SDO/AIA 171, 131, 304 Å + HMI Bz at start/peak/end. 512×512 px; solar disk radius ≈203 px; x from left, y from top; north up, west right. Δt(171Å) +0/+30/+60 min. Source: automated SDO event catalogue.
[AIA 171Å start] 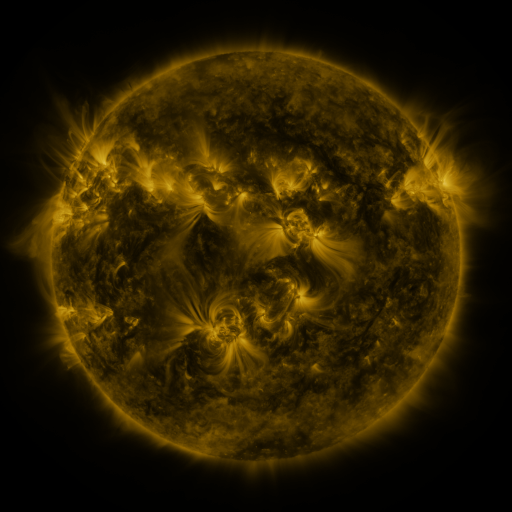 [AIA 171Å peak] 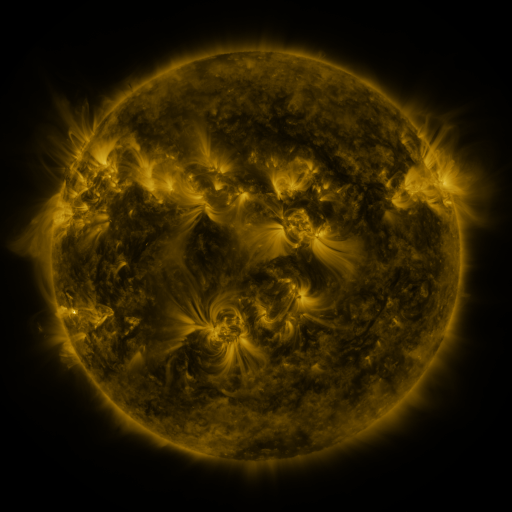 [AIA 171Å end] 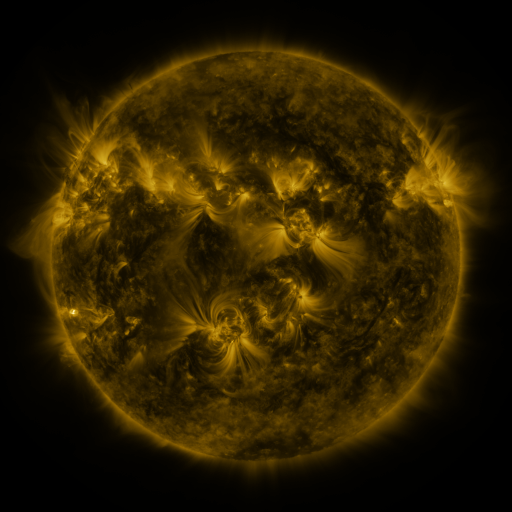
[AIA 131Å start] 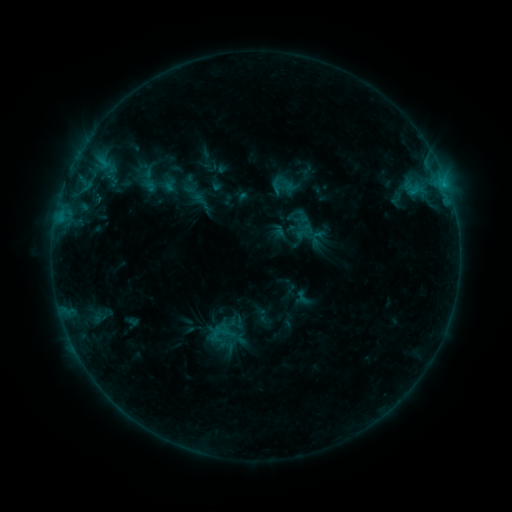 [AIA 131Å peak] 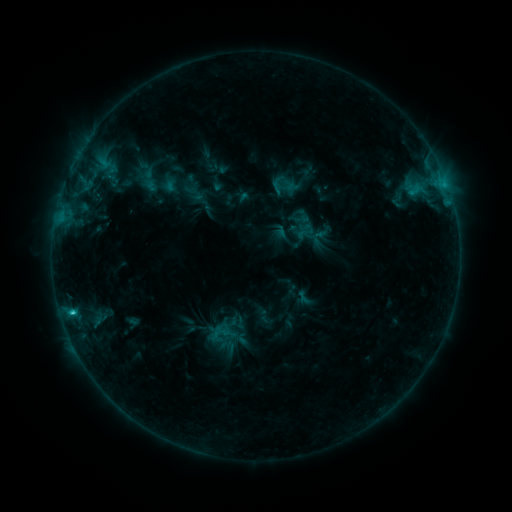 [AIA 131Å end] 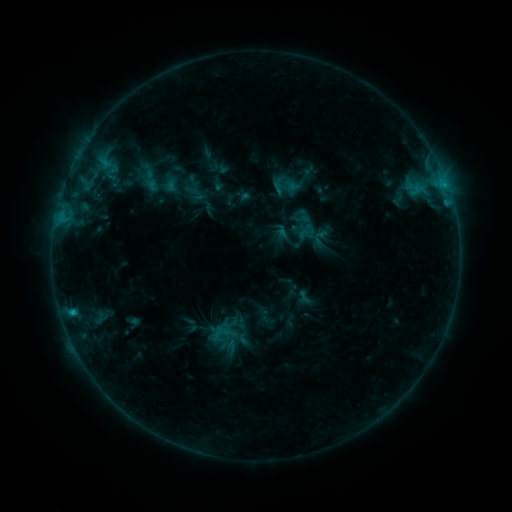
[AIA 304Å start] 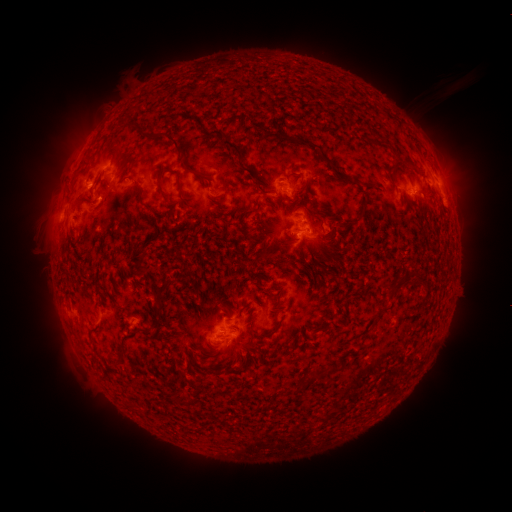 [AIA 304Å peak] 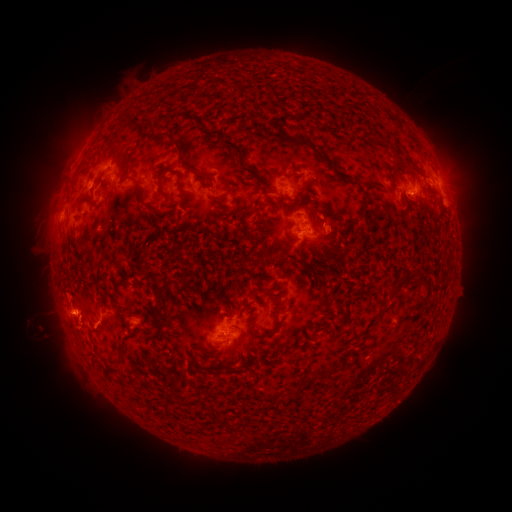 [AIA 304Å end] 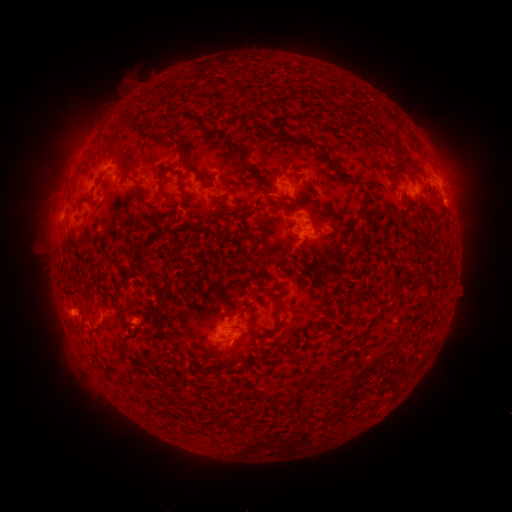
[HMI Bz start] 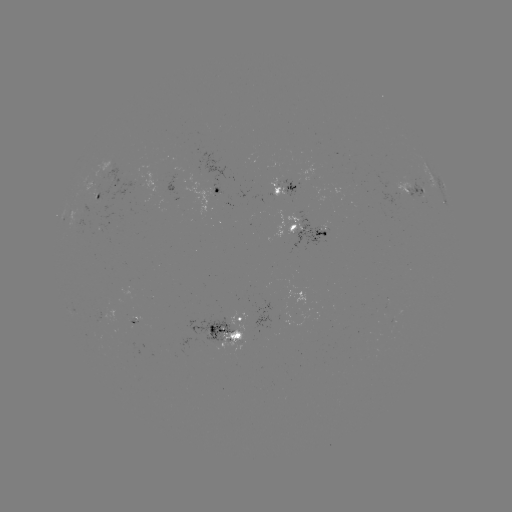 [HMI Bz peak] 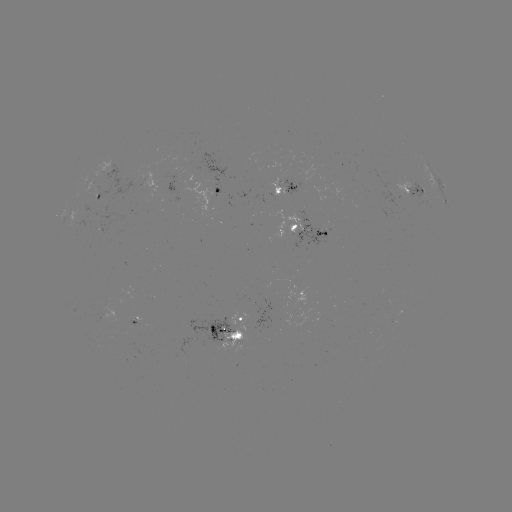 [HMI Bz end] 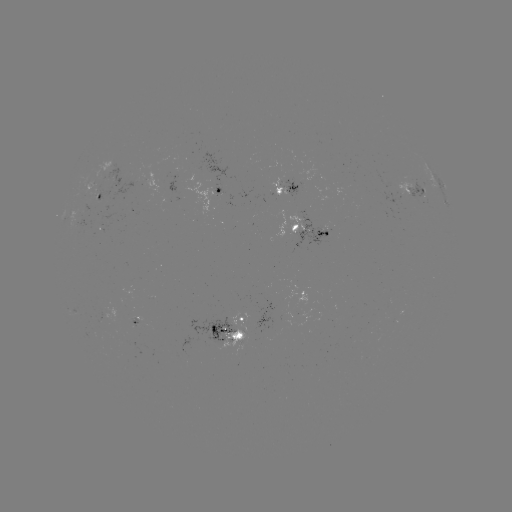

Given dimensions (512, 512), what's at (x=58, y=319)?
filament eruption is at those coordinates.